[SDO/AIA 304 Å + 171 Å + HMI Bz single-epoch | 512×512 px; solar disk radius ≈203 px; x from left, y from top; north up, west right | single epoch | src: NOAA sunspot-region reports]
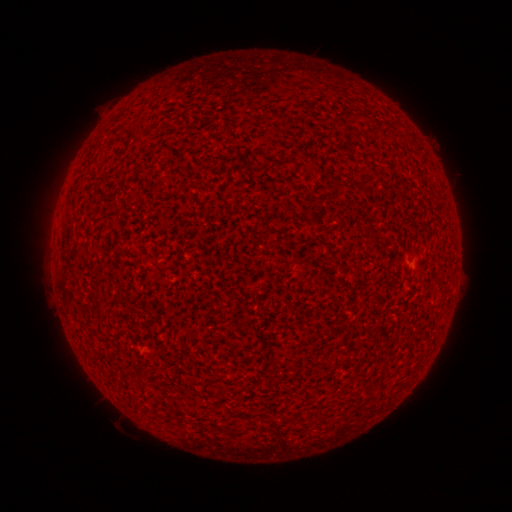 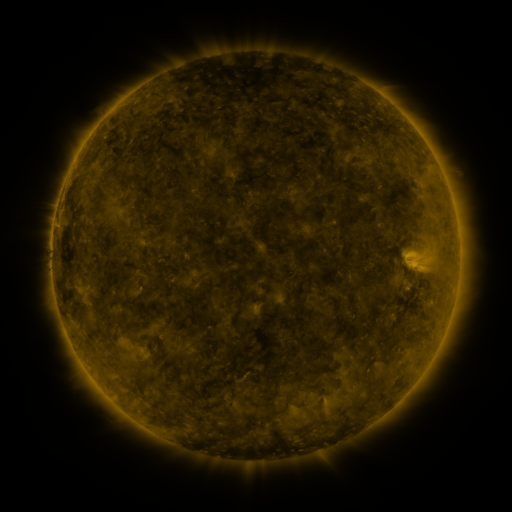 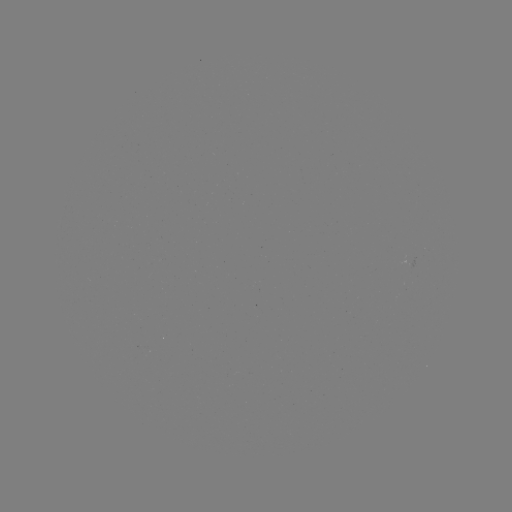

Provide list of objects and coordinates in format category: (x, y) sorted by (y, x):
(none)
